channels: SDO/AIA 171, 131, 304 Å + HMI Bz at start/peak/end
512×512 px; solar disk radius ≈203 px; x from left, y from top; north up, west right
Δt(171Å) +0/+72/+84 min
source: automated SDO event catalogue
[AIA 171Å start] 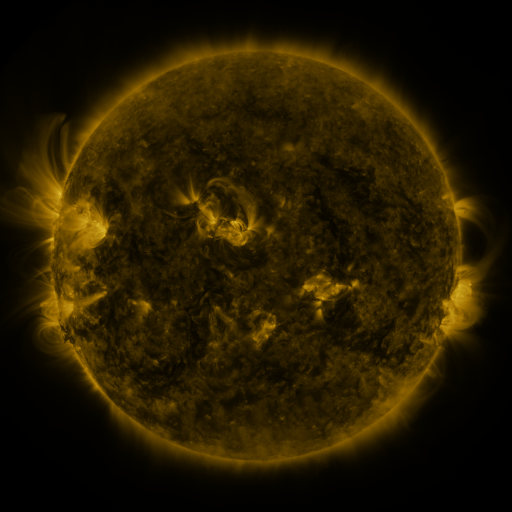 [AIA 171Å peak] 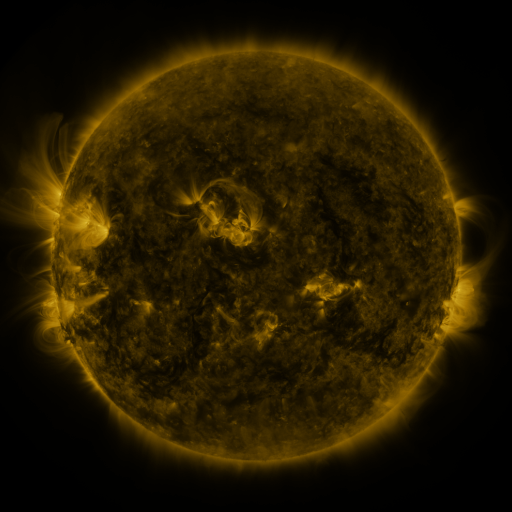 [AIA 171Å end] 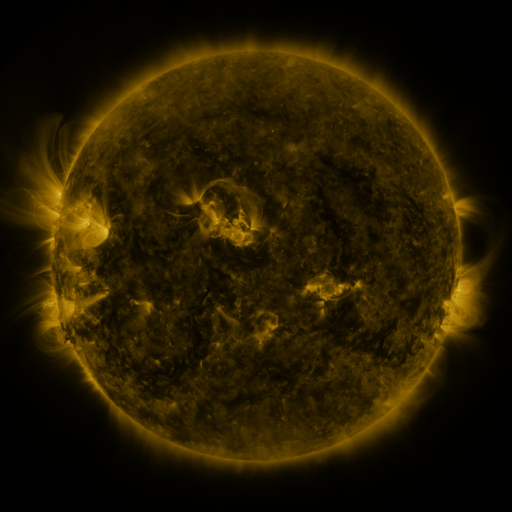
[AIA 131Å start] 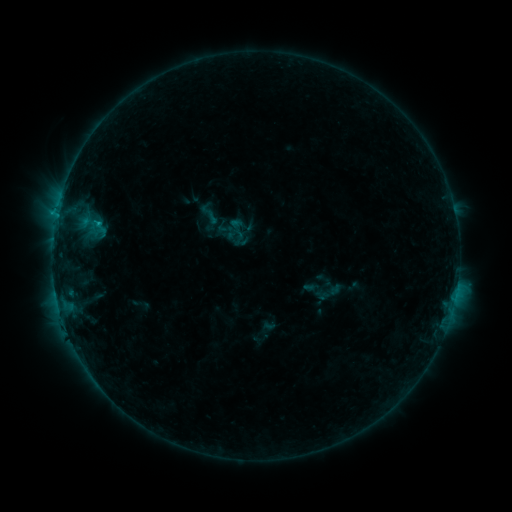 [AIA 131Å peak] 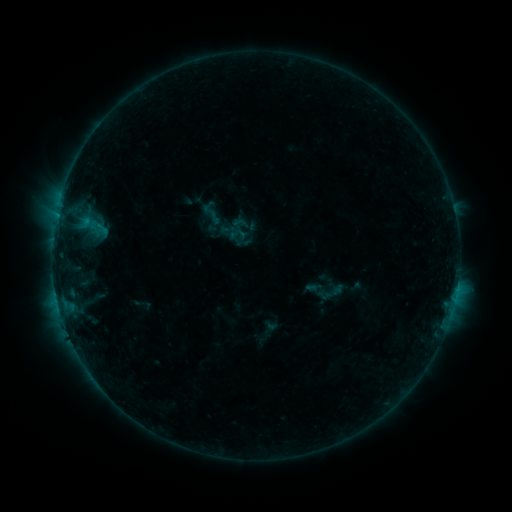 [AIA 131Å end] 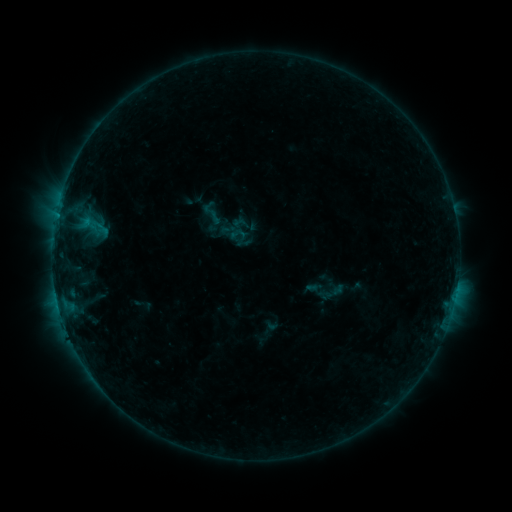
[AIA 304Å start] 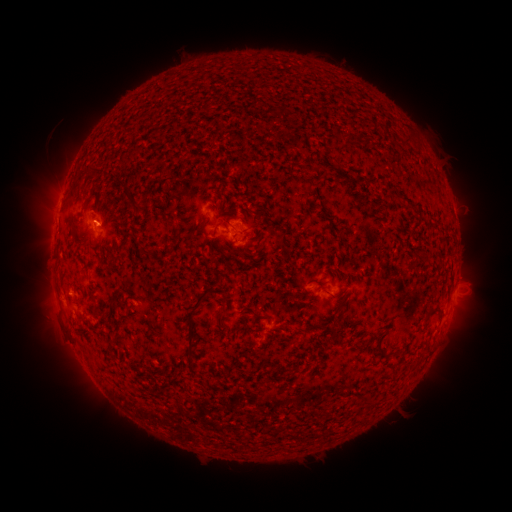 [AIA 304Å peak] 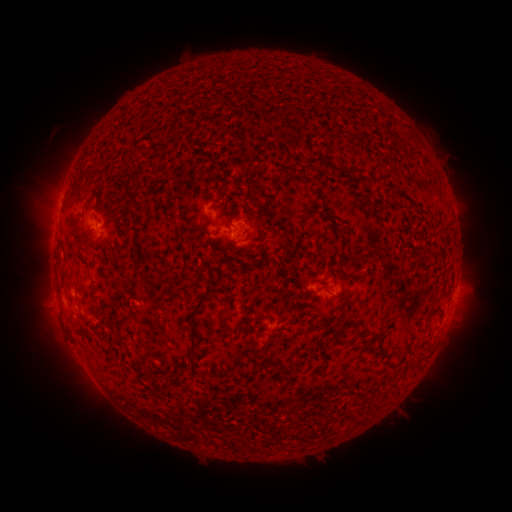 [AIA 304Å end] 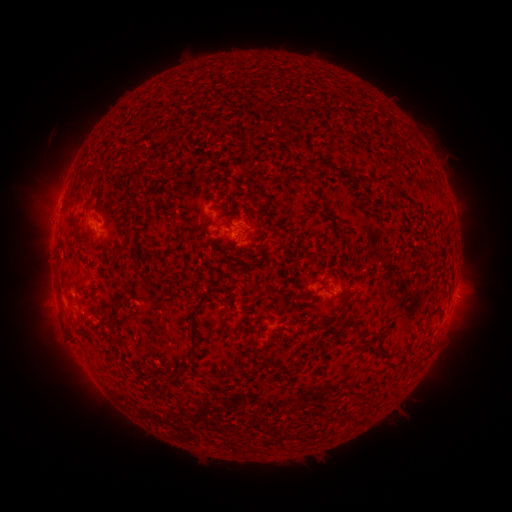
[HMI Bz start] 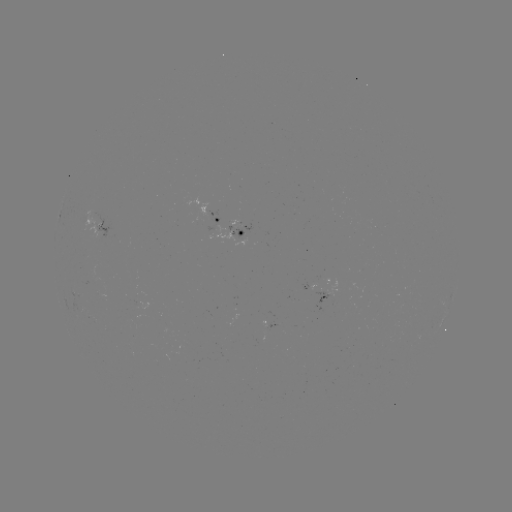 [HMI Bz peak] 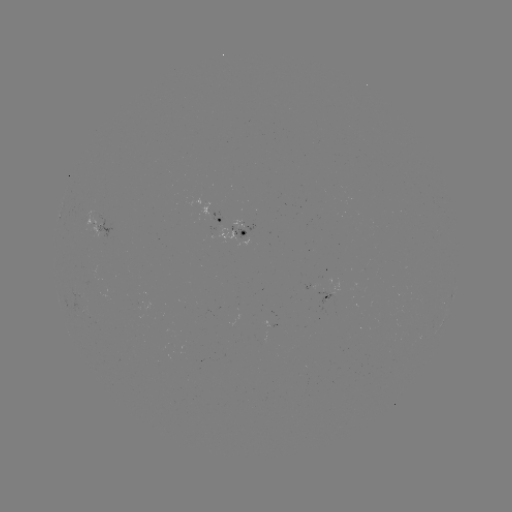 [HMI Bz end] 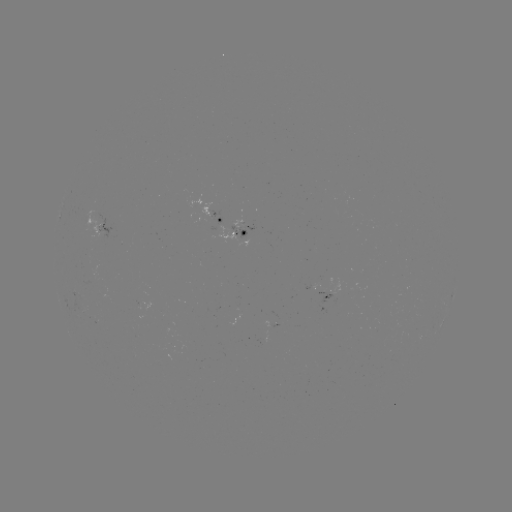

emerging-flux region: [216, 224, 235, 242]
